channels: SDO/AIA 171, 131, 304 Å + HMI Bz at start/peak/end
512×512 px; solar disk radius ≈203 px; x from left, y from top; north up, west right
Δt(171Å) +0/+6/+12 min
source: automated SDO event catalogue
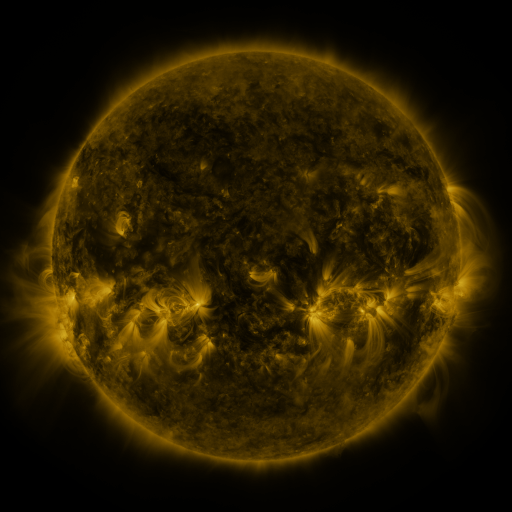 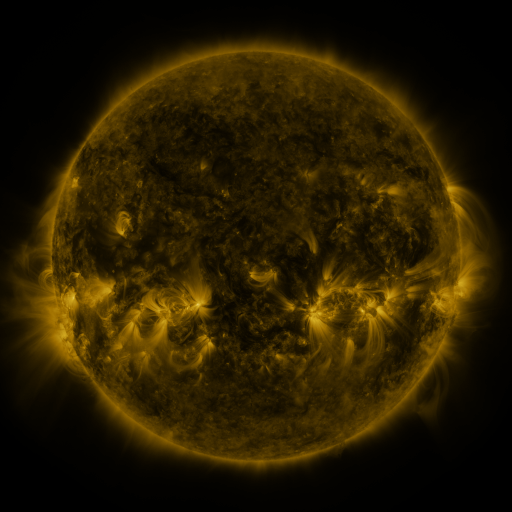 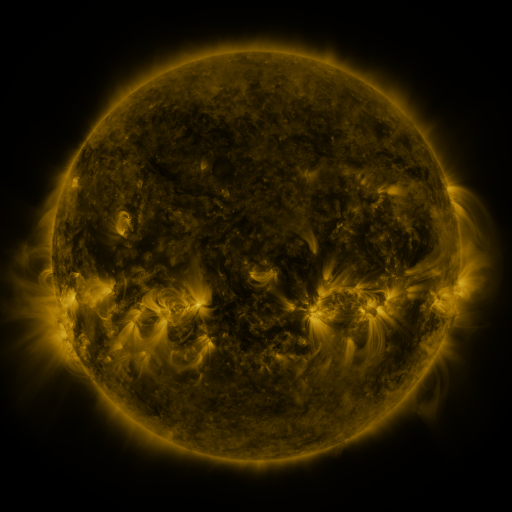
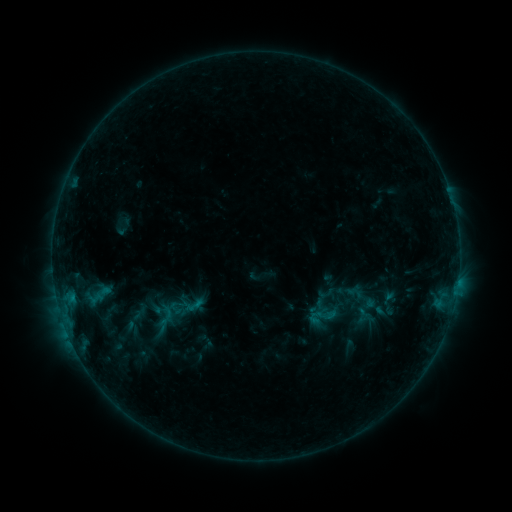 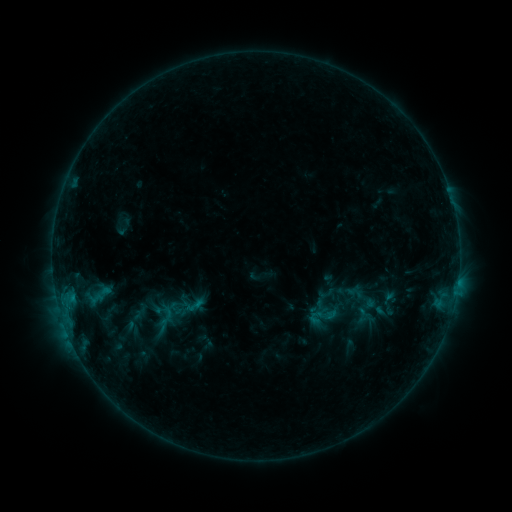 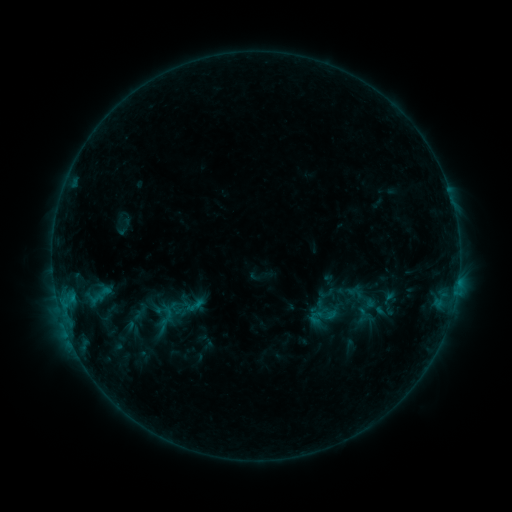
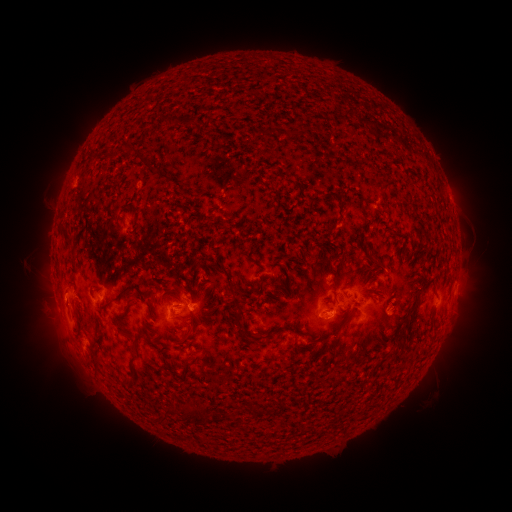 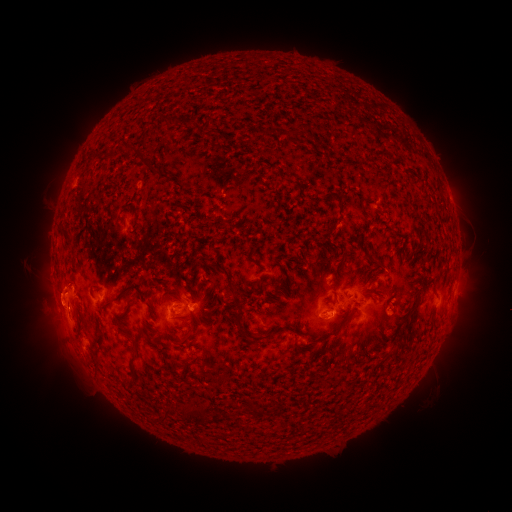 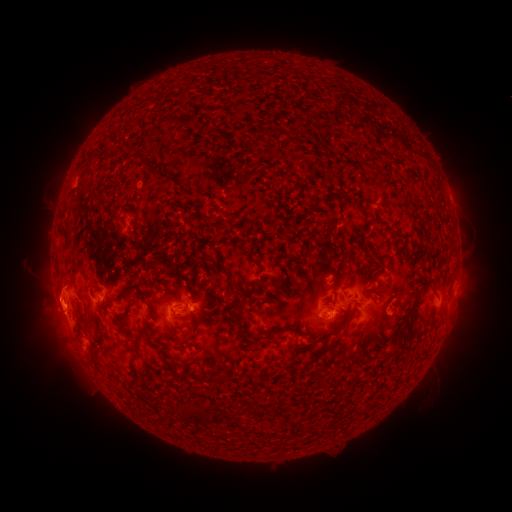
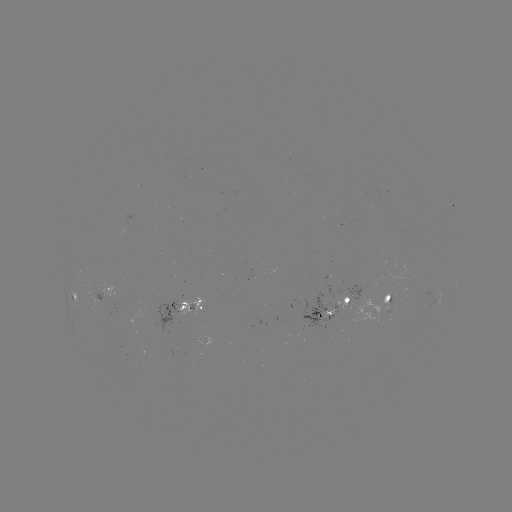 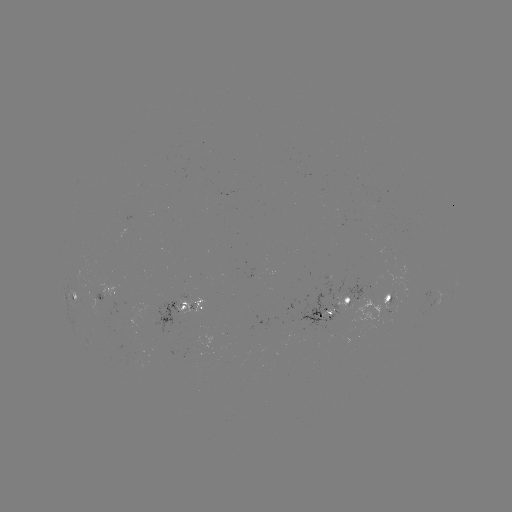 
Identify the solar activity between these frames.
eruption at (56, 305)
